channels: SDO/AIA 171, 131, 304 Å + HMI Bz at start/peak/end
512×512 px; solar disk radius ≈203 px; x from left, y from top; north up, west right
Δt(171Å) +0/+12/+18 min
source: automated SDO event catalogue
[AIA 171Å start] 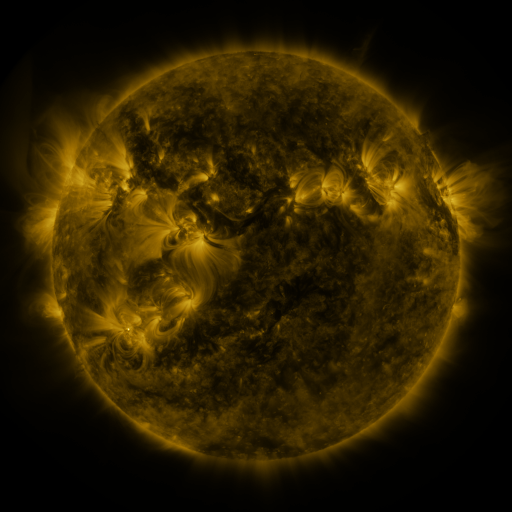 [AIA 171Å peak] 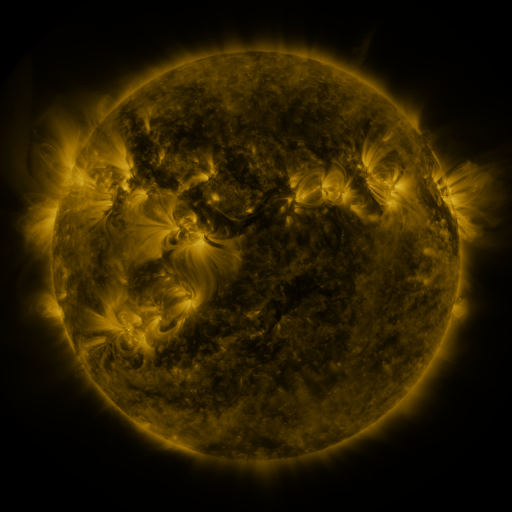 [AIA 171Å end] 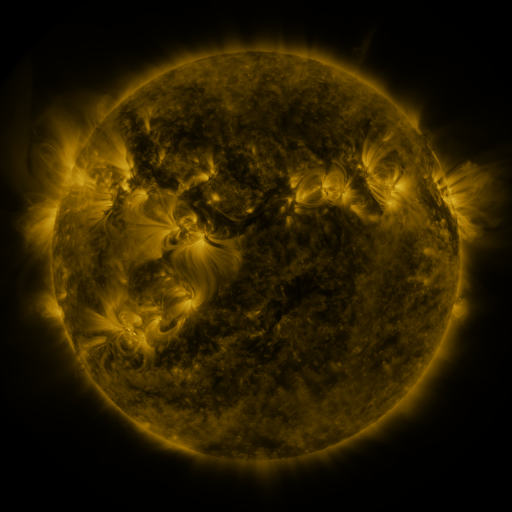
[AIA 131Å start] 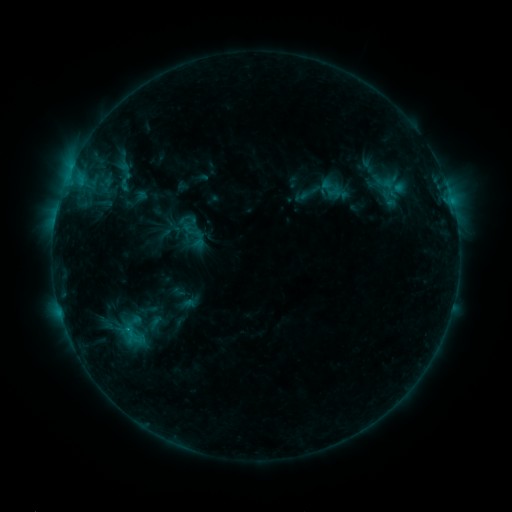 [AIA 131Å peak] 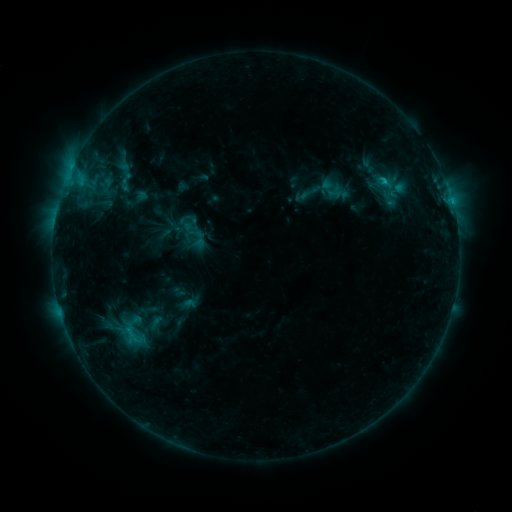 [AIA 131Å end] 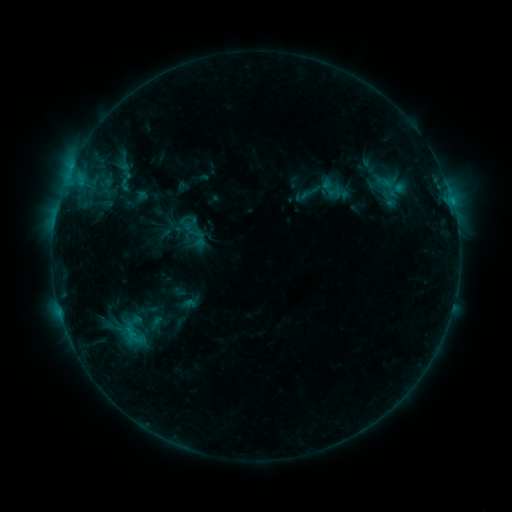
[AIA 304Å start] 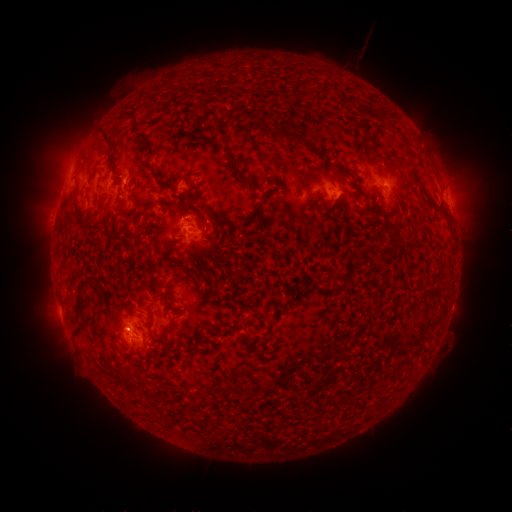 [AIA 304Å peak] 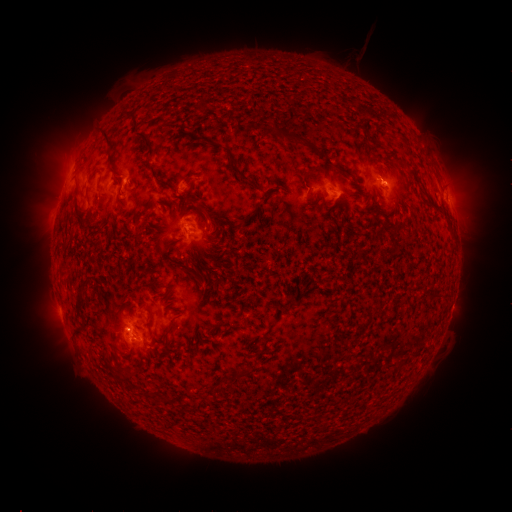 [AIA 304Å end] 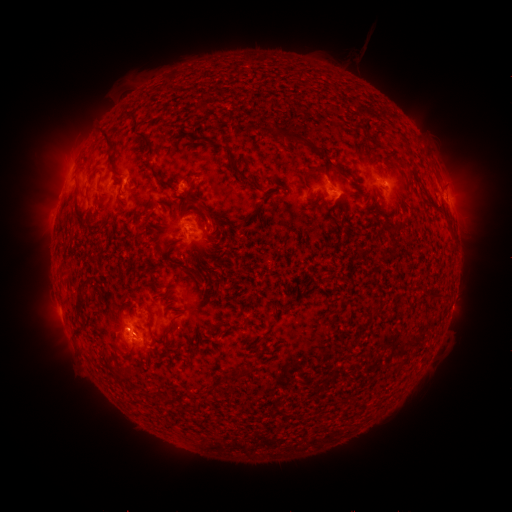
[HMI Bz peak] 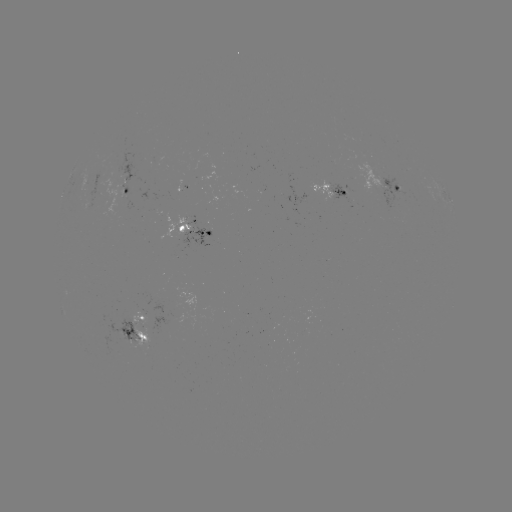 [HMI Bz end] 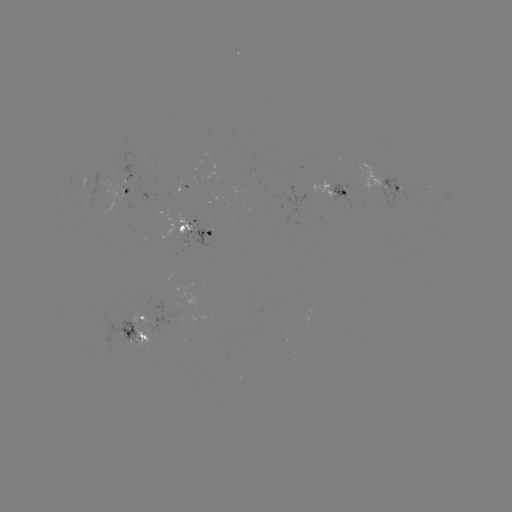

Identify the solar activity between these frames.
C1.1 flare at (451, 200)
